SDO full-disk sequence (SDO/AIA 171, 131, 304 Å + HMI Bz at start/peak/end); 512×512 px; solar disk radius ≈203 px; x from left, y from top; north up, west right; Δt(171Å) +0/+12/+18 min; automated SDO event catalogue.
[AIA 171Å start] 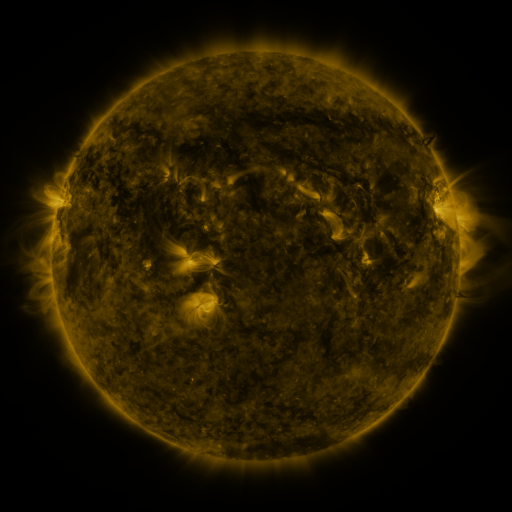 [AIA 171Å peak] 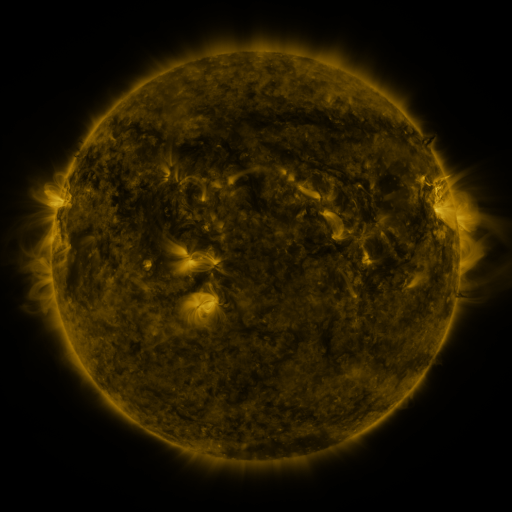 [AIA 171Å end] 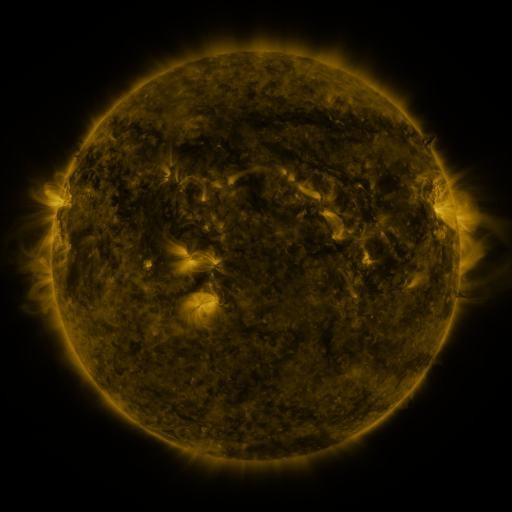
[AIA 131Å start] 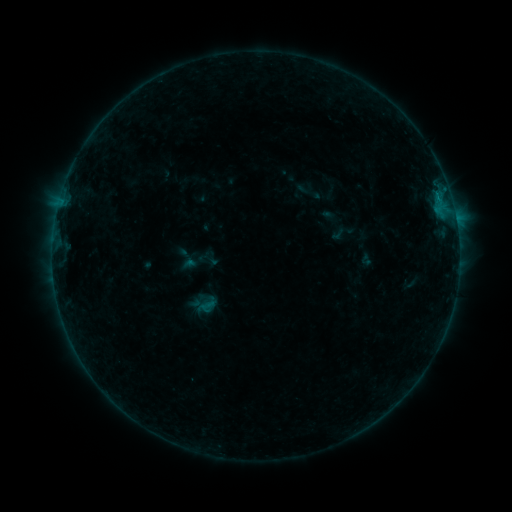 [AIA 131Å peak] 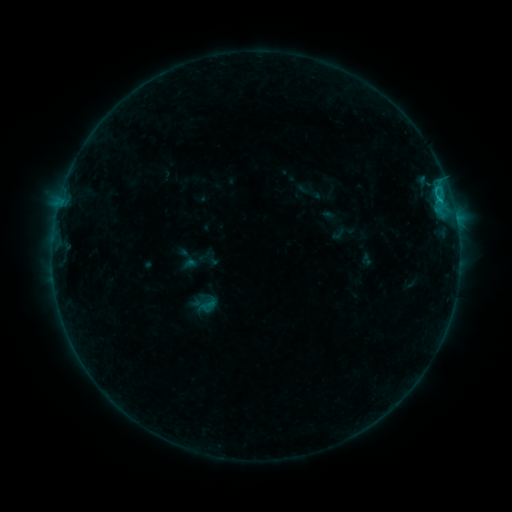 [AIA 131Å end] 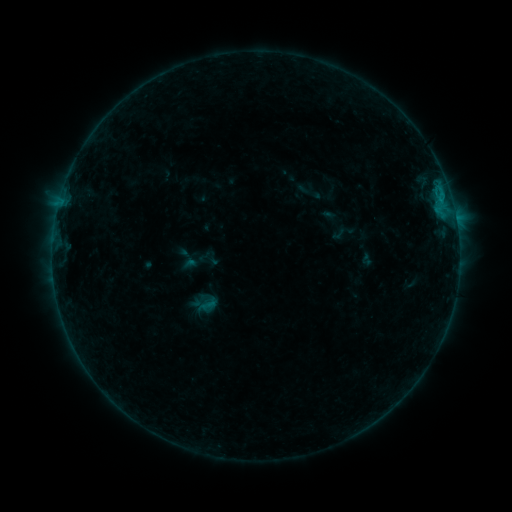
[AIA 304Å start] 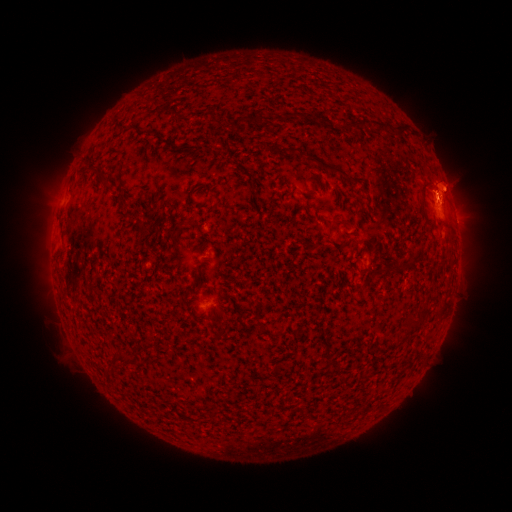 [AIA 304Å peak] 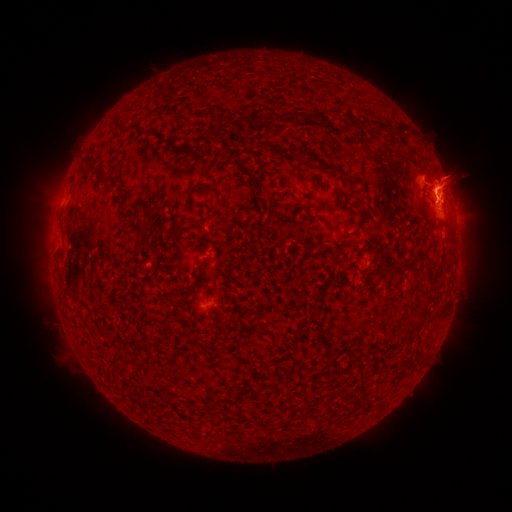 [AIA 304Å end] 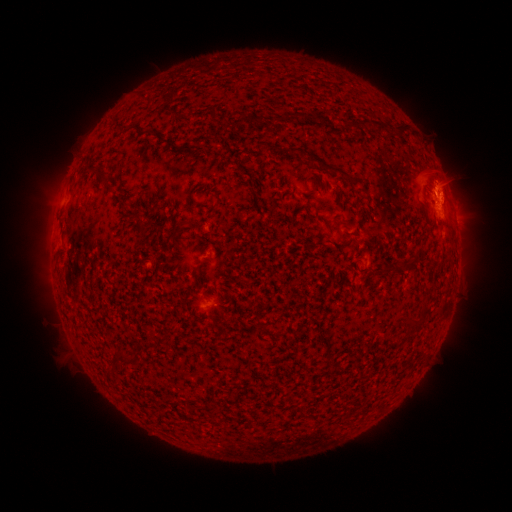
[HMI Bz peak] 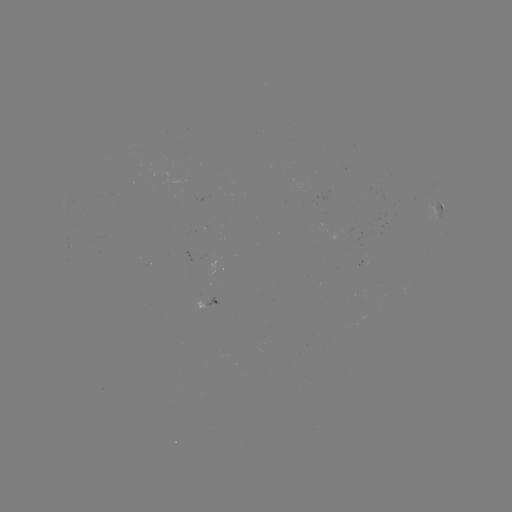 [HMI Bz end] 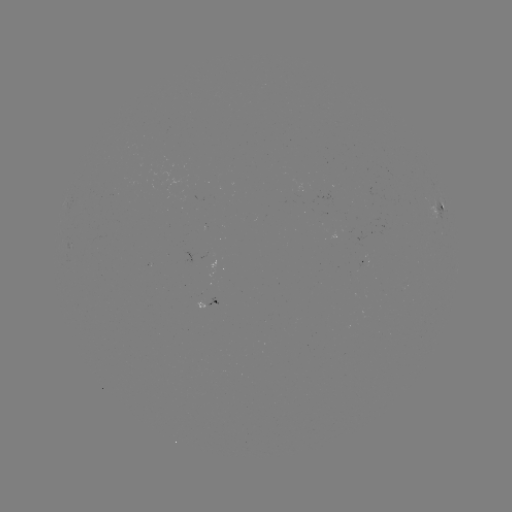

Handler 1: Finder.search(B6.5 flare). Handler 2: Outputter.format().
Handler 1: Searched B6.5 flare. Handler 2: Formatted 439,202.